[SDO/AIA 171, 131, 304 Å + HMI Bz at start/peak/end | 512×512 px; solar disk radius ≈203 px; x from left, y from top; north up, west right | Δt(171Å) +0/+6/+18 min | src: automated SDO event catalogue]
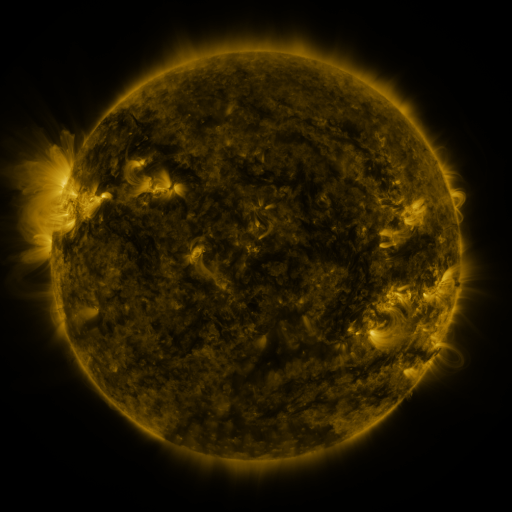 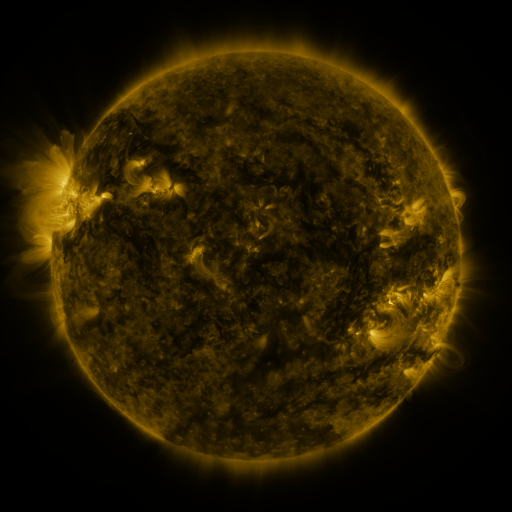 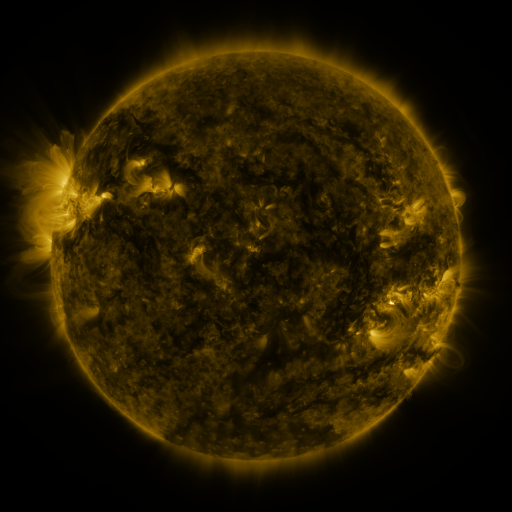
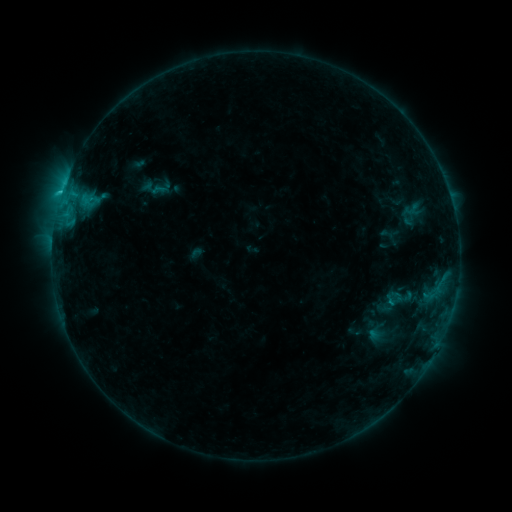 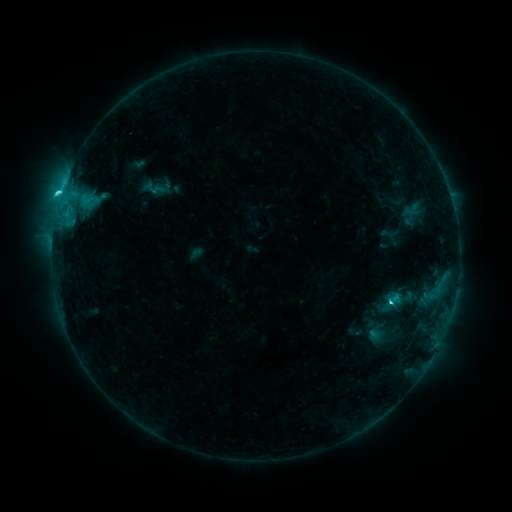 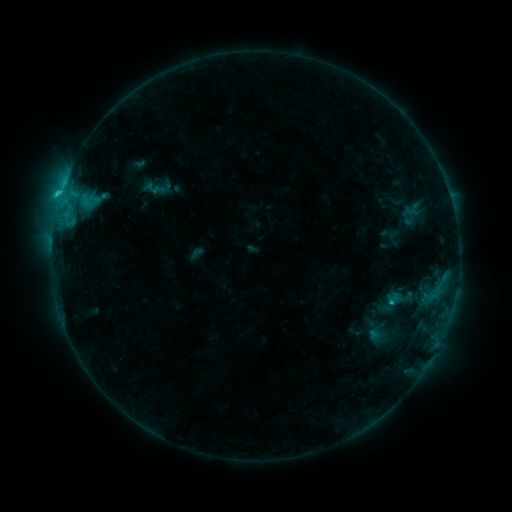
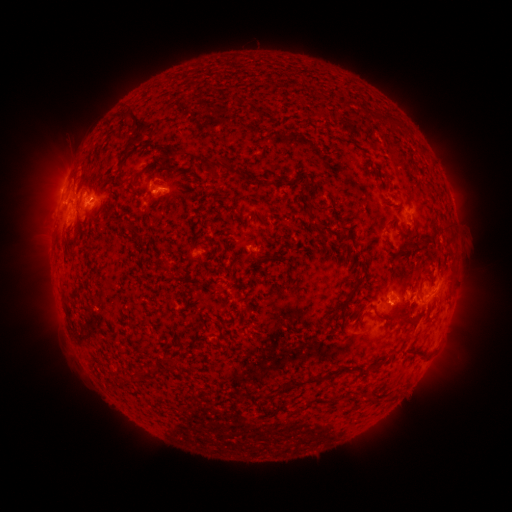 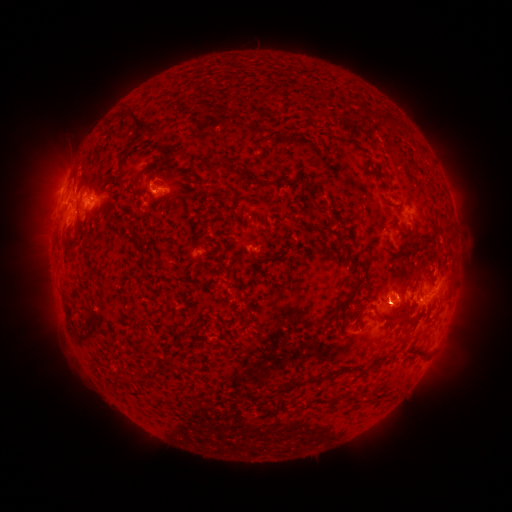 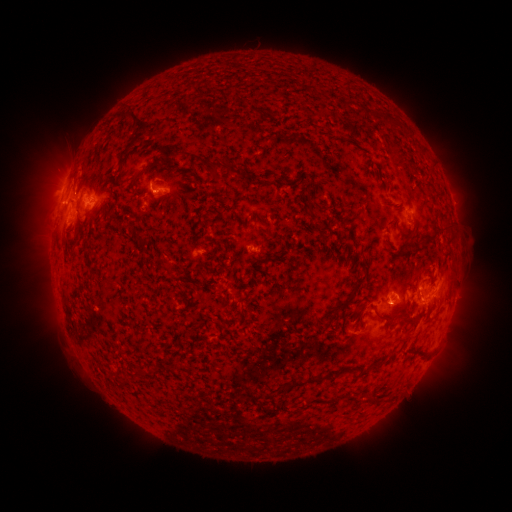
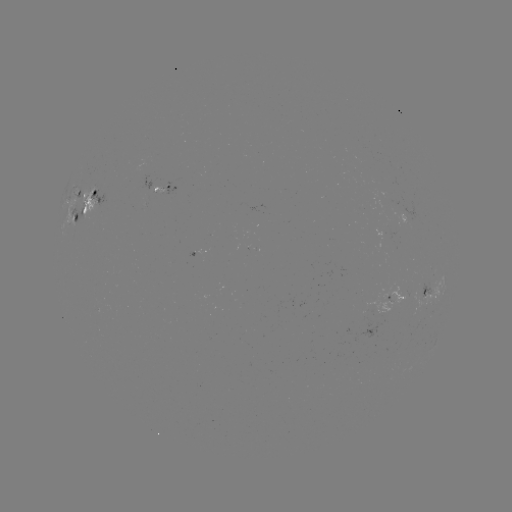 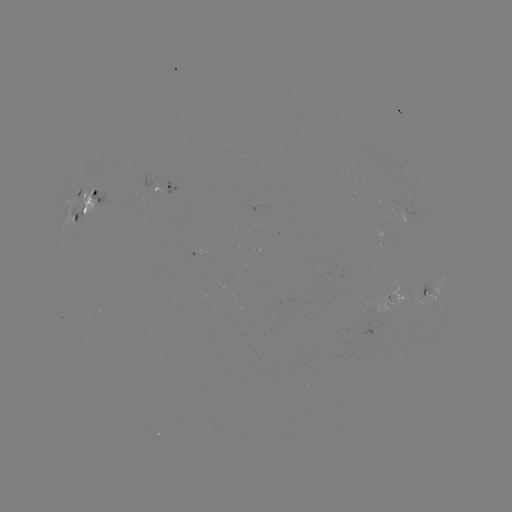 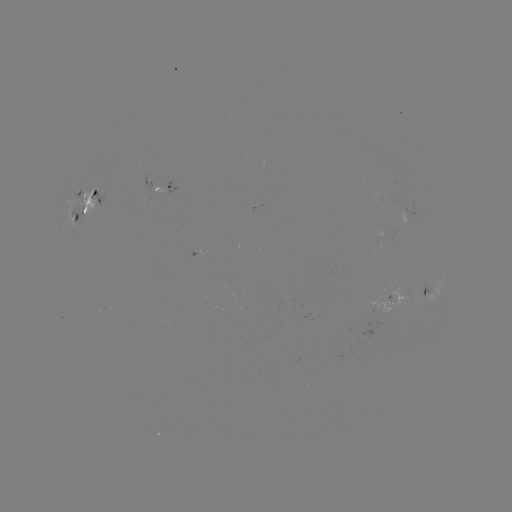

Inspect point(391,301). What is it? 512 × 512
C2.9 flare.